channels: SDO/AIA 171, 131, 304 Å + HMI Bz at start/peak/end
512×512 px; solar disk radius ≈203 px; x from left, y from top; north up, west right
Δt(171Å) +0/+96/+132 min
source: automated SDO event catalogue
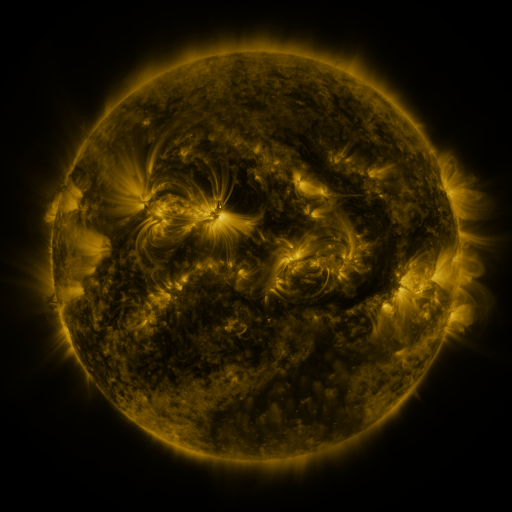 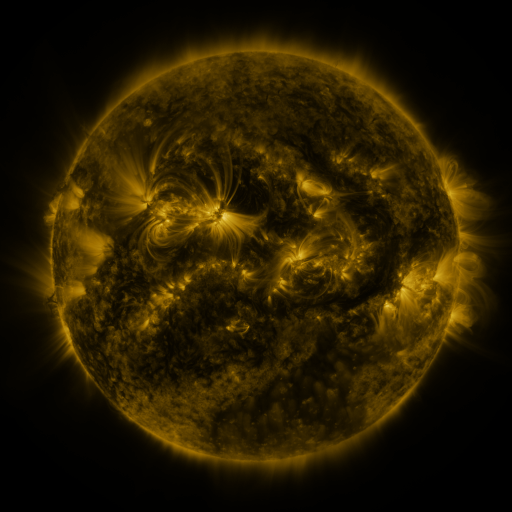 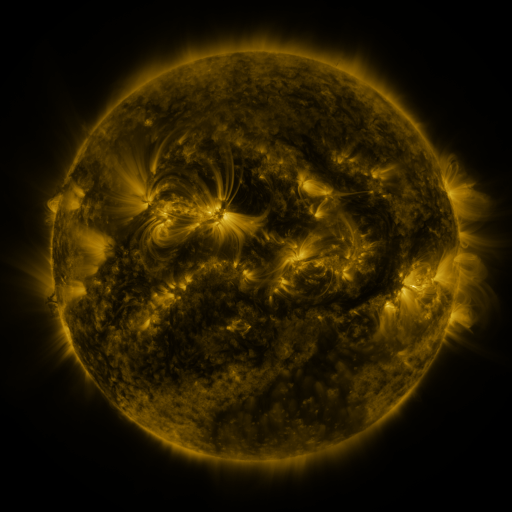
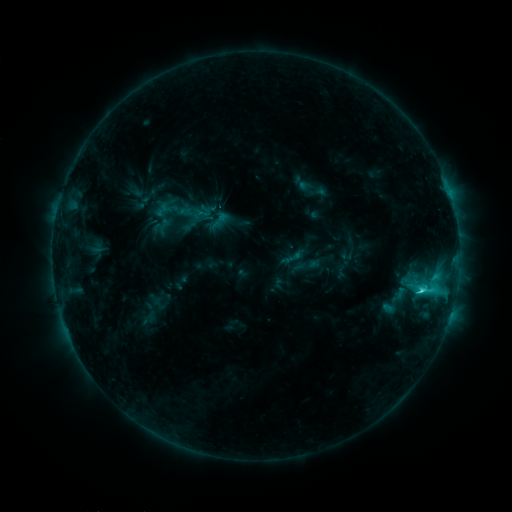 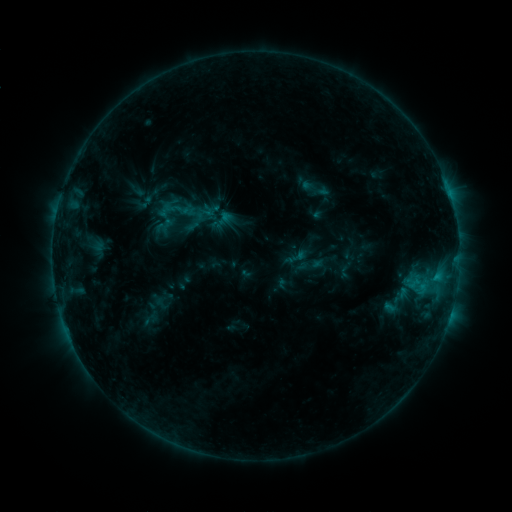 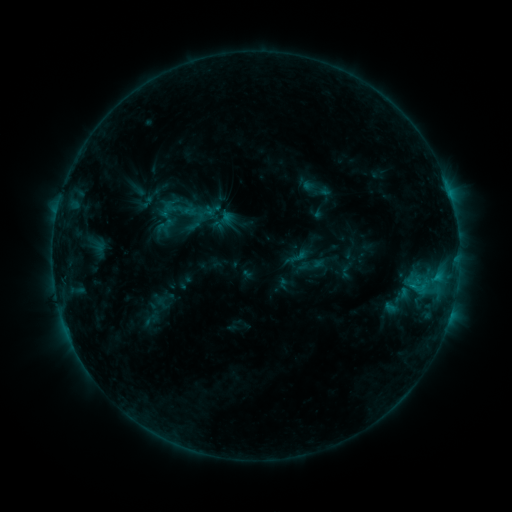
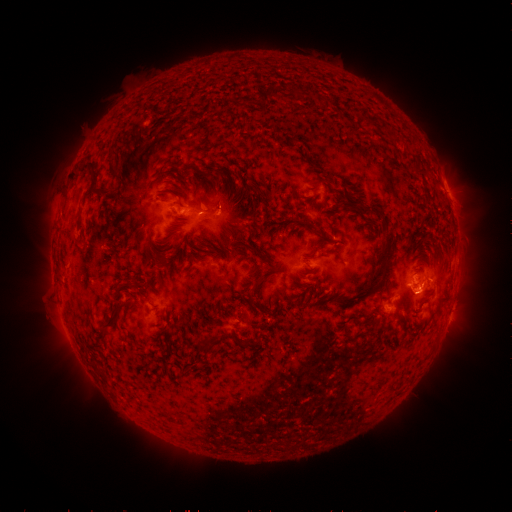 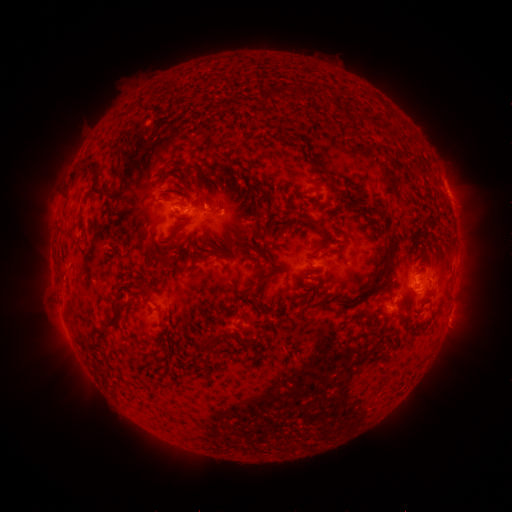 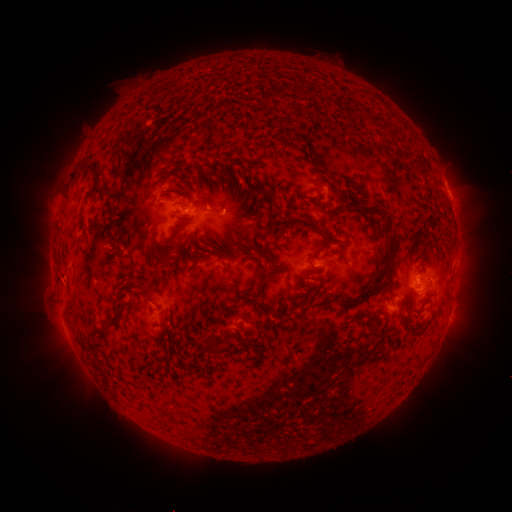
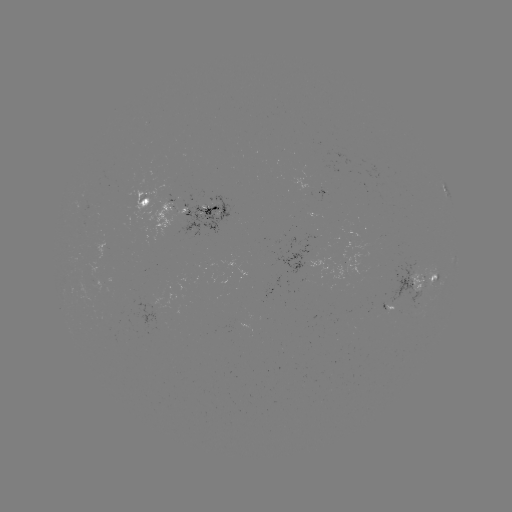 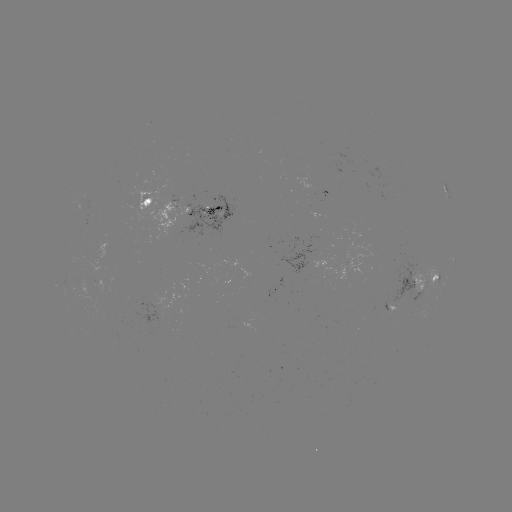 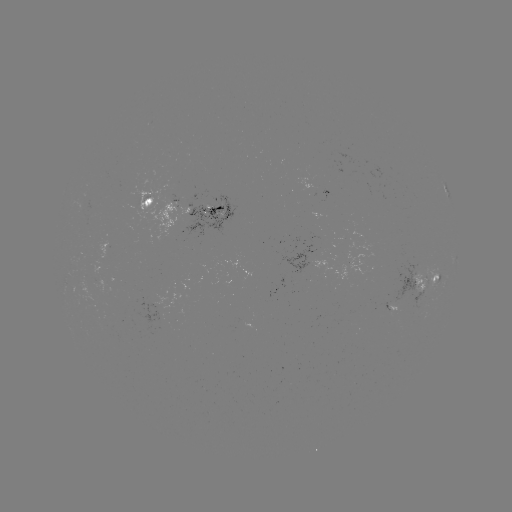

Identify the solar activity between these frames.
emerging-flux region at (422, 285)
